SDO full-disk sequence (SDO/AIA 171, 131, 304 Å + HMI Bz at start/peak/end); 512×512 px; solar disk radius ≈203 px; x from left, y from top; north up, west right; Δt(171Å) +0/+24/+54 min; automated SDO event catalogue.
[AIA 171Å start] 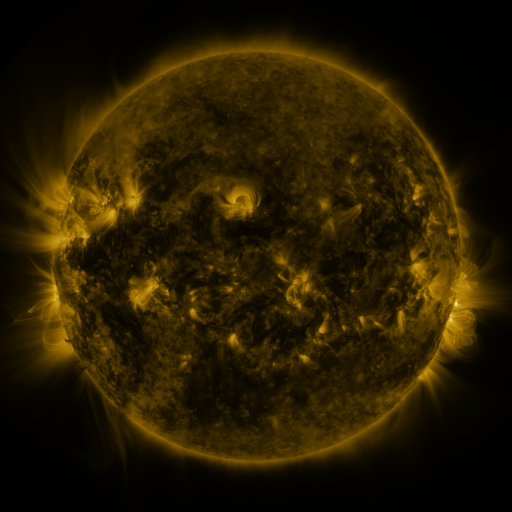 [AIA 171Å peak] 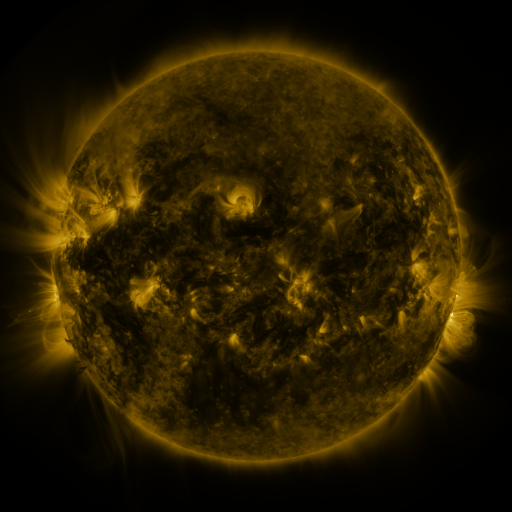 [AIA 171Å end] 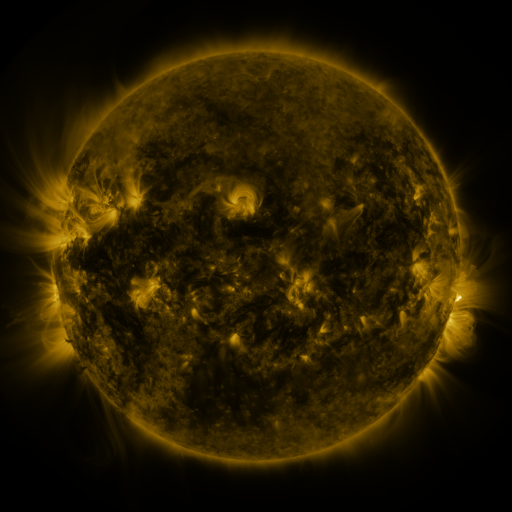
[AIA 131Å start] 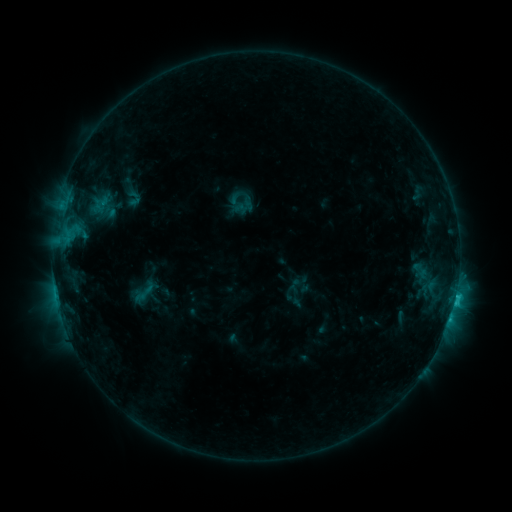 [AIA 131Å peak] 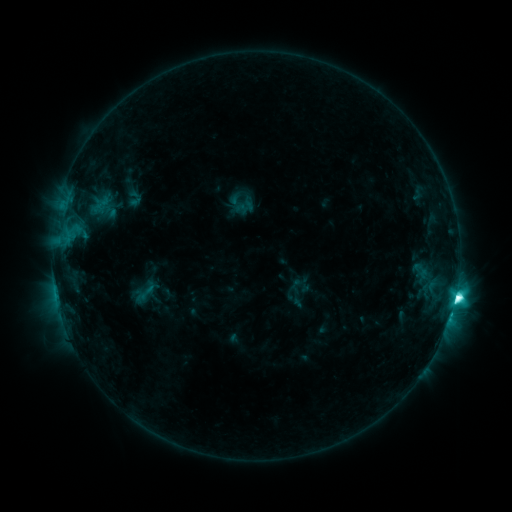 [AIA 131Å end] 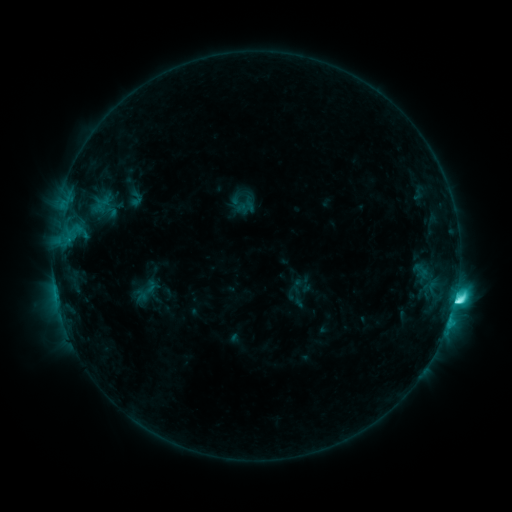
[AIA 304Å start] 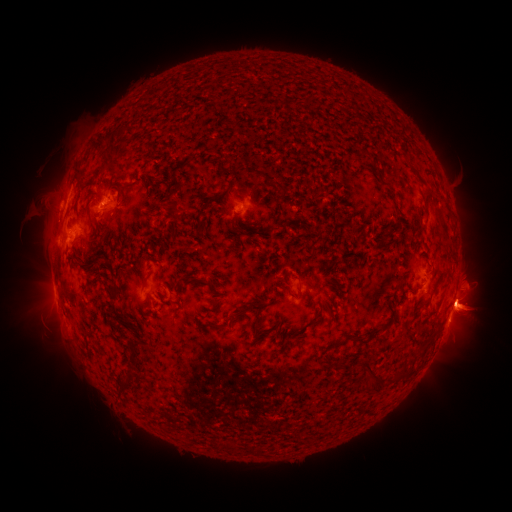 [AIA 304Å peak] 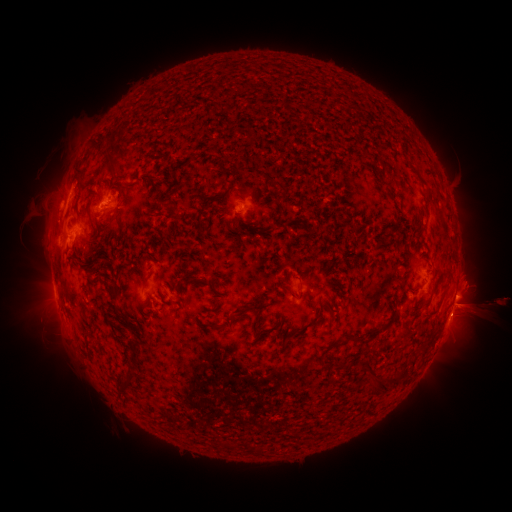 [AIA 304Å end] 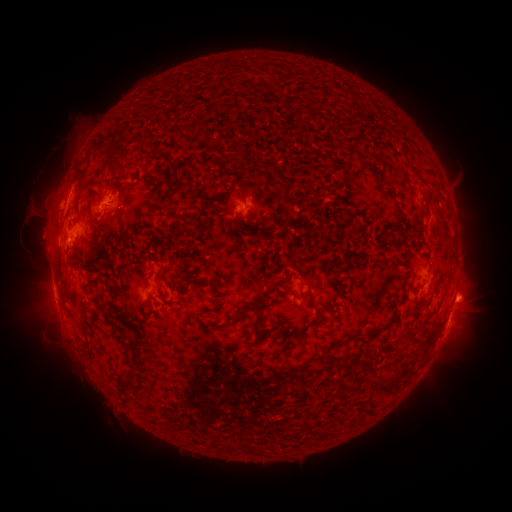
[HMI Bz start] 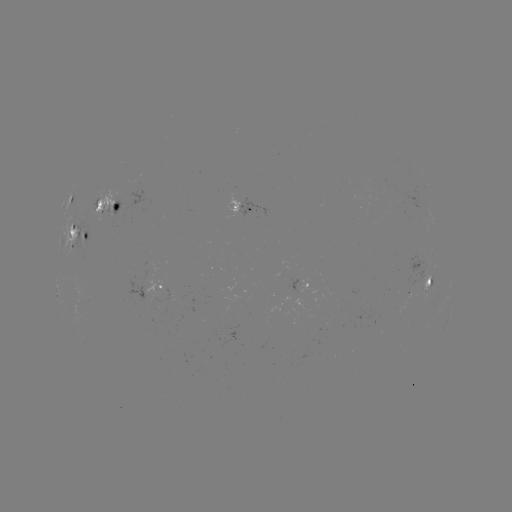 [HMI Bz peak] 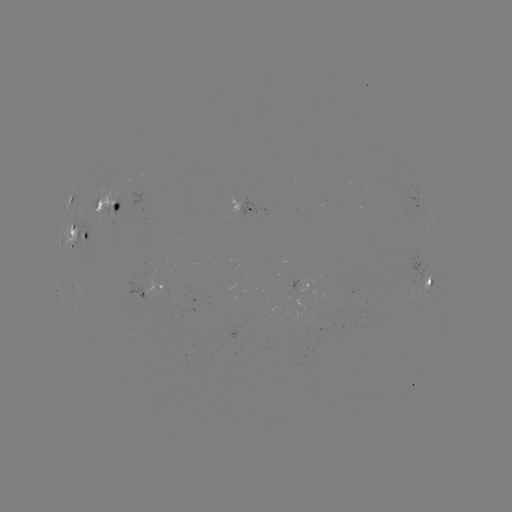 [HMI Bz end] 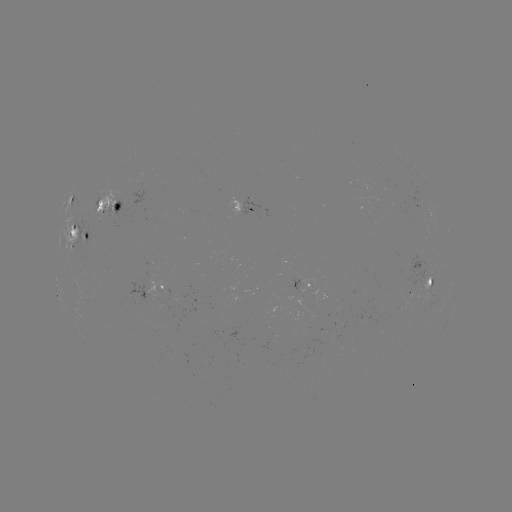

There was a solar flare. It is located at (455, 294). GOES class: M1.2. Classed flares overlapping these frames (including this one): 1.